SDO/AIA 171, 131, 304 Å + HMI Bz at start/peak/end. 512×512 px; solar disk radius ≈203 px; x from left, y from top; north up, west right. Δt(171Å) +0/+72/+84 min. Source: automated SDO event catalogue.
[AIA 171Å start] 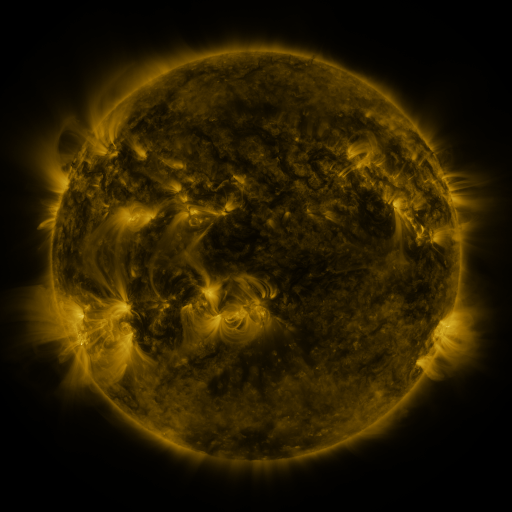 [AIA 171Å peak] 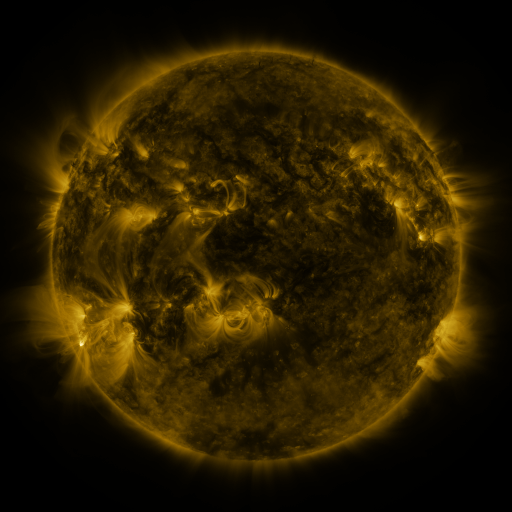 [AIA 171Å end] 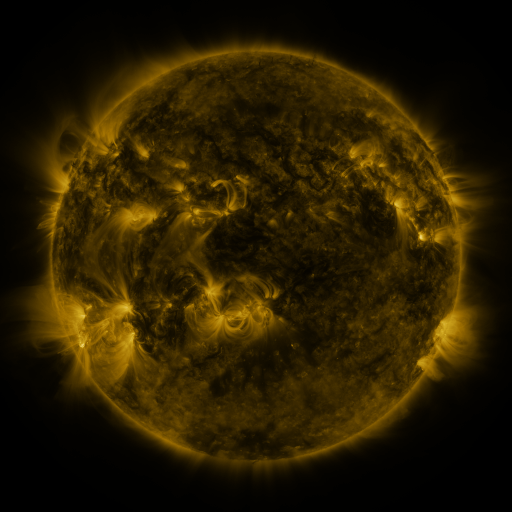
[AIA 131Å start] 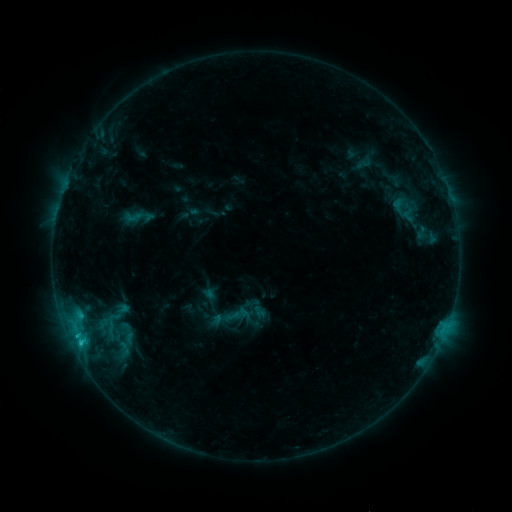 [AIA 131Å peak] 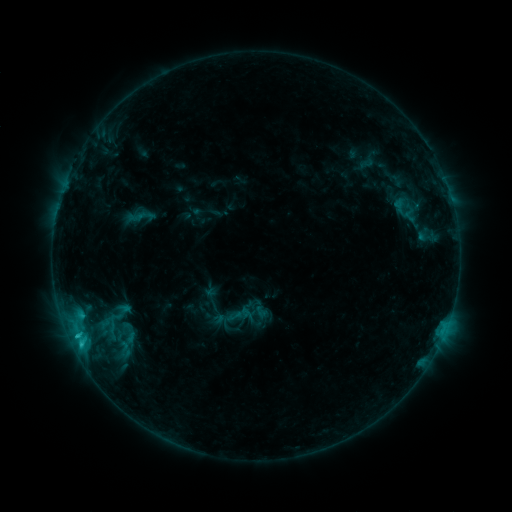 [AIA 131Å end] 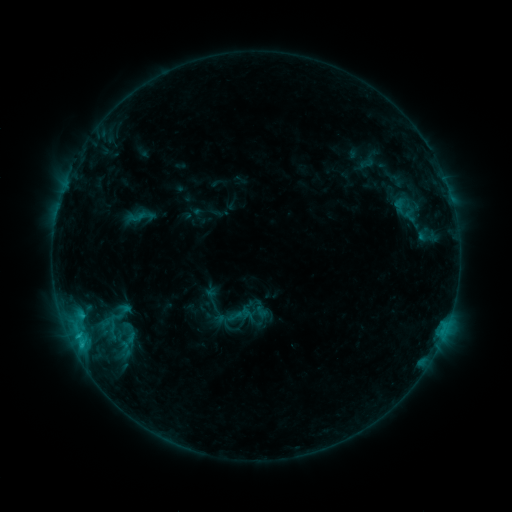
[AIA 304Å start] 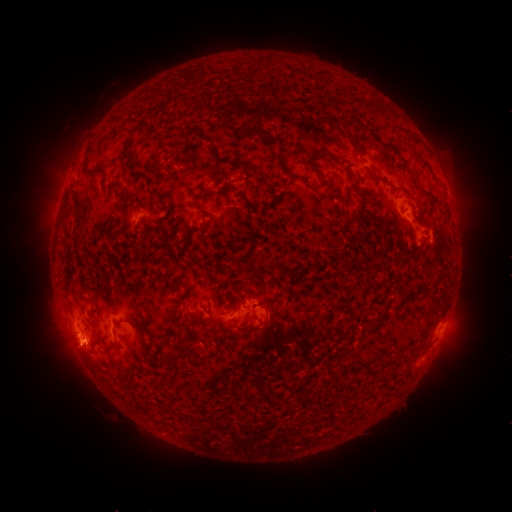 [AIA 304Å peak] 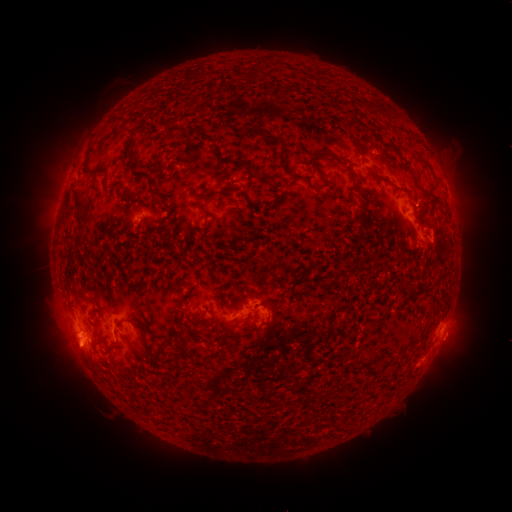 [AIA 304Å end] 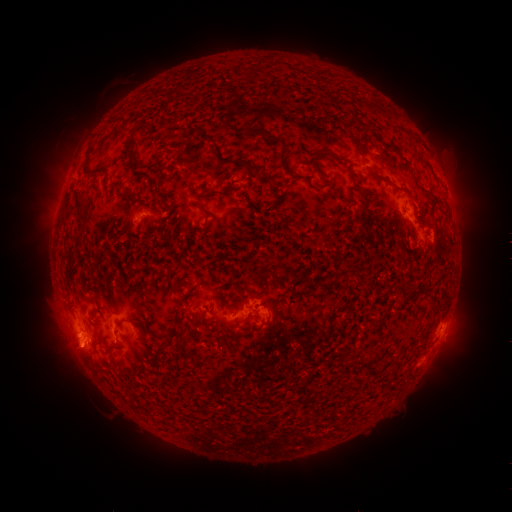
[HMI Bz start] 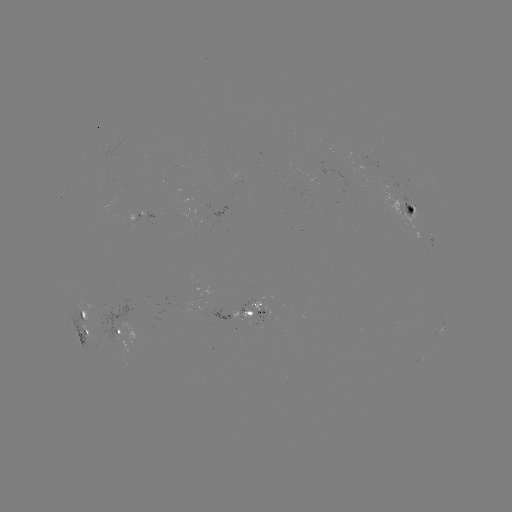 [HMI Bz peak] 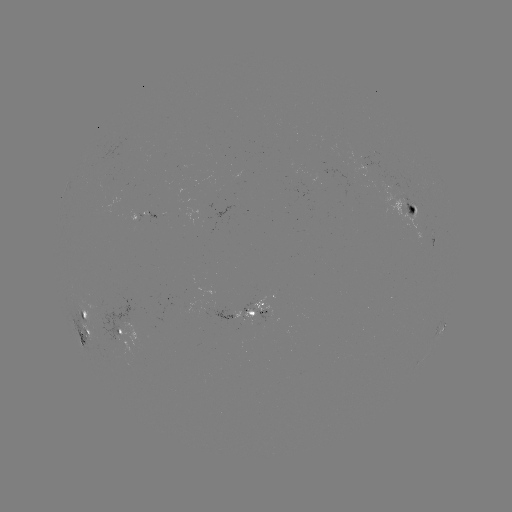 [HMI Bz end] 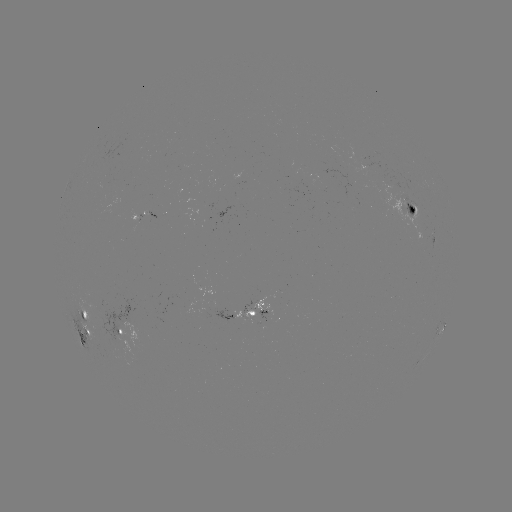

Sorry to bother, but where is emerging-flux region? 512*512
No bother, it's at (403, 210).